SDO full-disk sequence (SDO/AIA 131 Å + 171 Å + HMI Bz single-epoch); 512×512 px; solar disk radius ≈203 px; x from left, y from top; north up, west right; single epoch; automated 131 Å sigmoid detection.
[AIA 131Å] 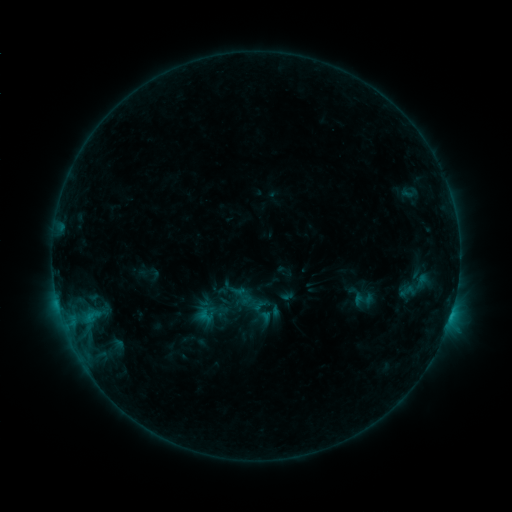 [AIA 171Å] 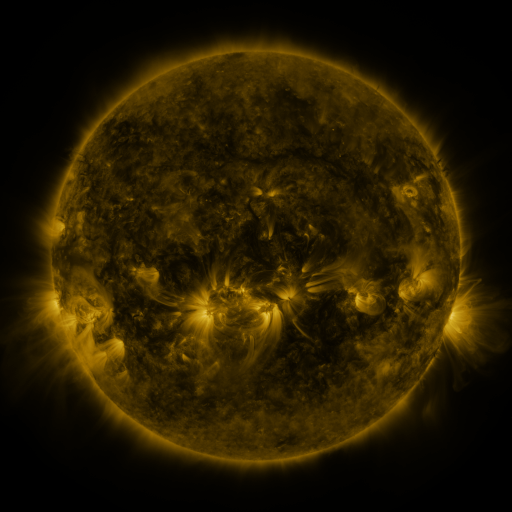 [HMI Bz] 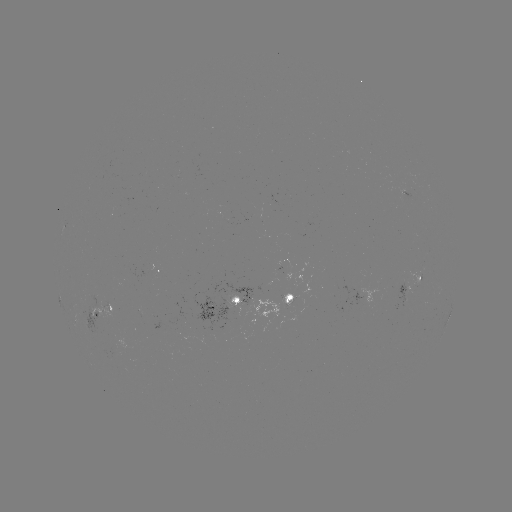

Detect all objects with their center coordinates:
sigmoid: <bbox>219, 299, 242, 321</bbox>
